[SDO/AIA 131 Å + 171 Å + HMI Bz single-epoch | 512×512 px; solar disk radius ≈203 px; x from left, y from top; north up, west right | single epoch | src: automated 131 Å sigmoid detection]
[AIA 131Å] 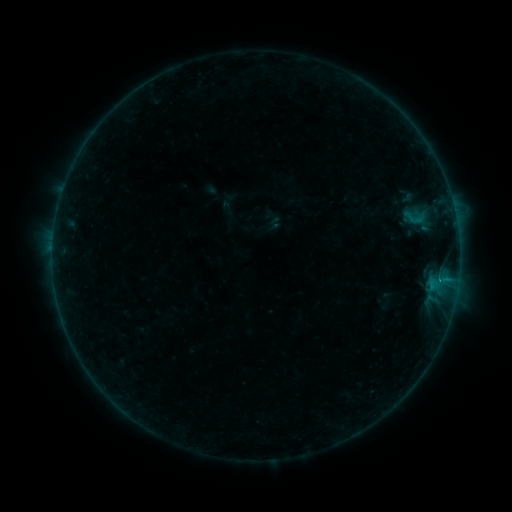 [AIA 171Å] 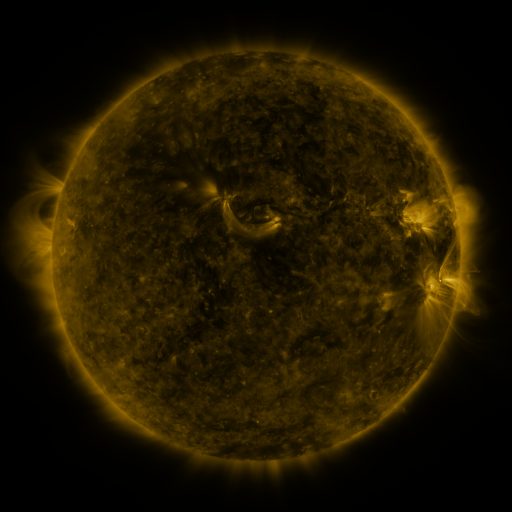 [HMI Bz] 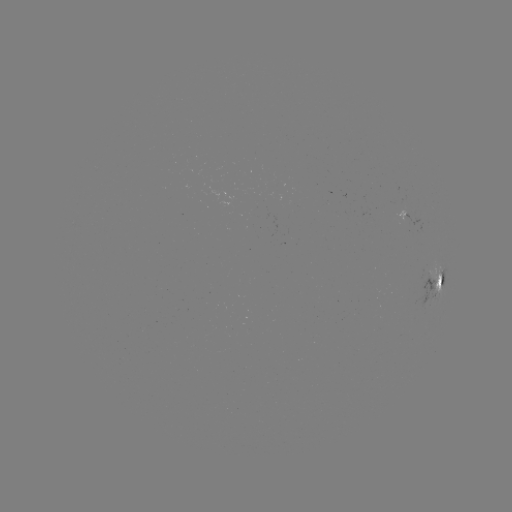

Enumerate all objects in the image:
sigmoid: (400, 208, 426, 228)
